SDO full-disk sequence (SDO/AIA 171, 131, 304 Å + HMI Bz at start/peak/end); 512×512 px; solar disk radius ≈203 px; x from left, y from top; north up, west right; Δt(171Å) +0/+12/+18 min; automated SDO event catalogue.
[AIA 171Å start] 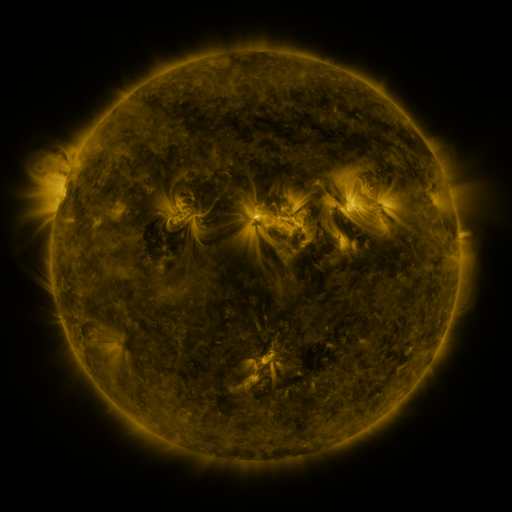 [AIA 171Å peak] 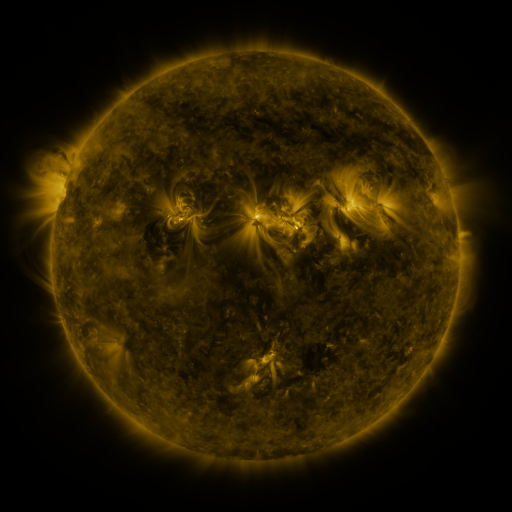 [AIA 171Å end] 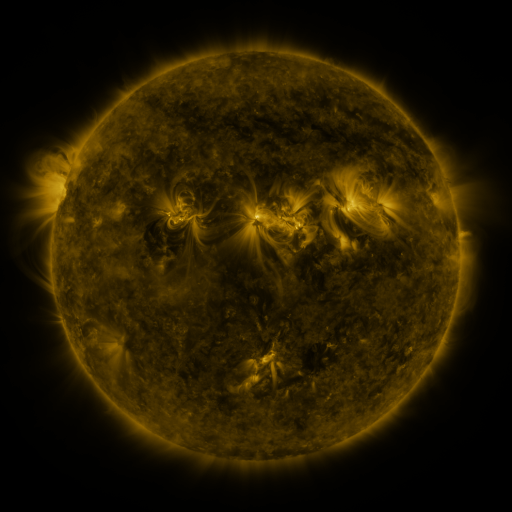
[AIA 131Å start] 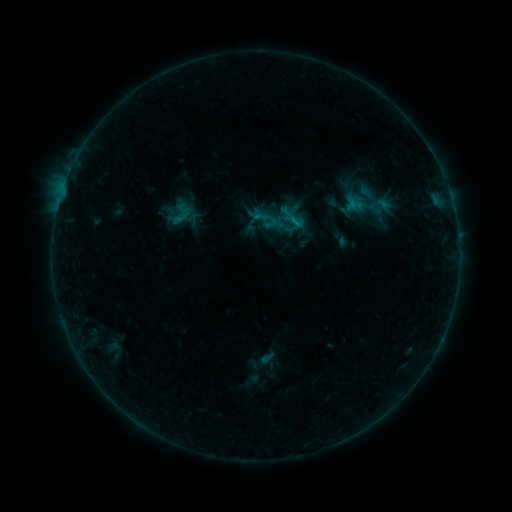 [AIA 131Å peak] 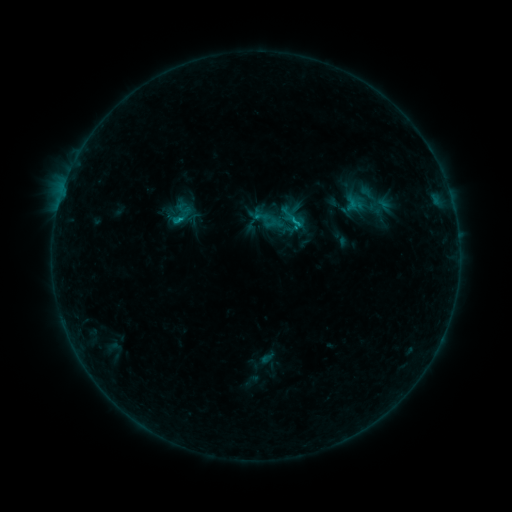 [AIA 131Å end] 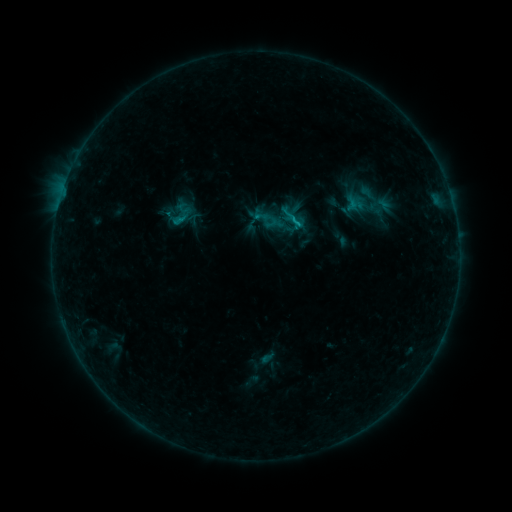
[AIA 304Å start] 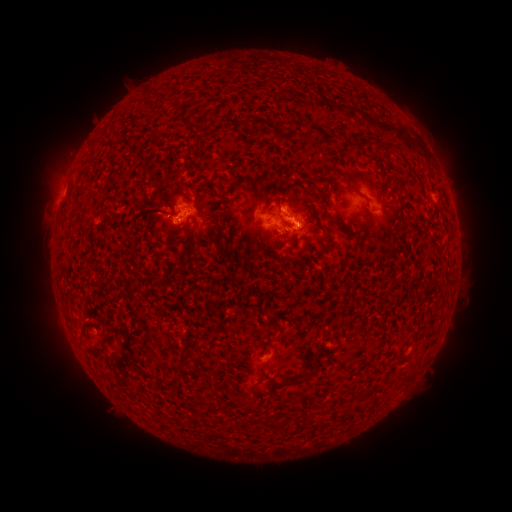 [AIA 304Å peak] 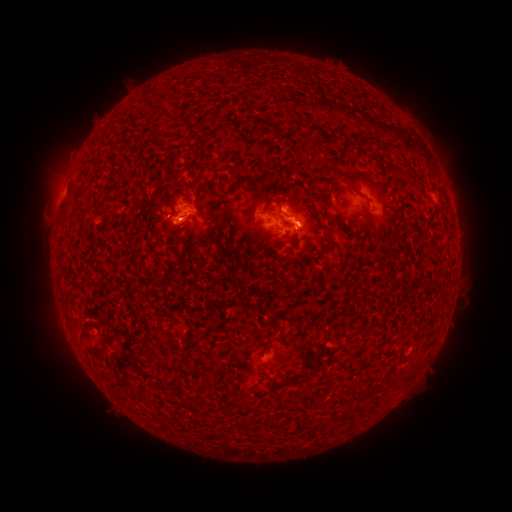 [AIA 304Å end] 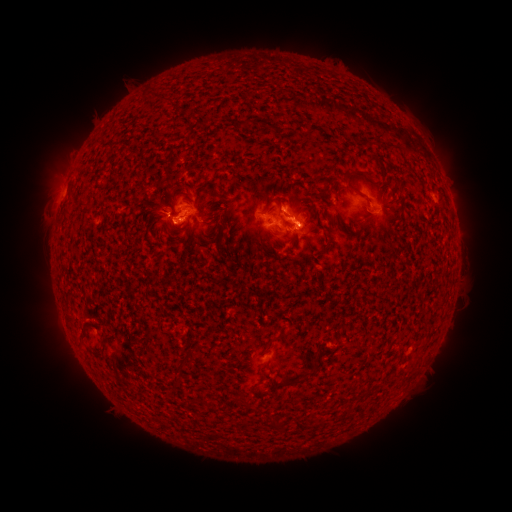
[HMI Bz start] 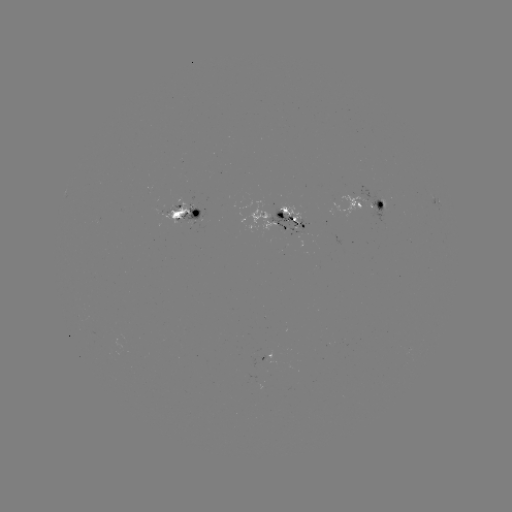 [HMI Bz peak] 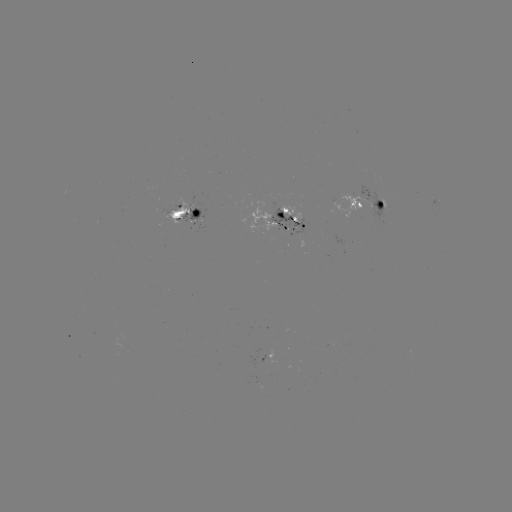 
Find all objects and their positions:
B9.9 flare: (293, 230)
